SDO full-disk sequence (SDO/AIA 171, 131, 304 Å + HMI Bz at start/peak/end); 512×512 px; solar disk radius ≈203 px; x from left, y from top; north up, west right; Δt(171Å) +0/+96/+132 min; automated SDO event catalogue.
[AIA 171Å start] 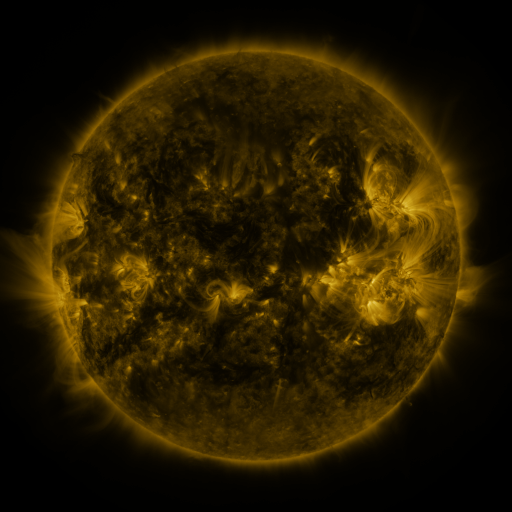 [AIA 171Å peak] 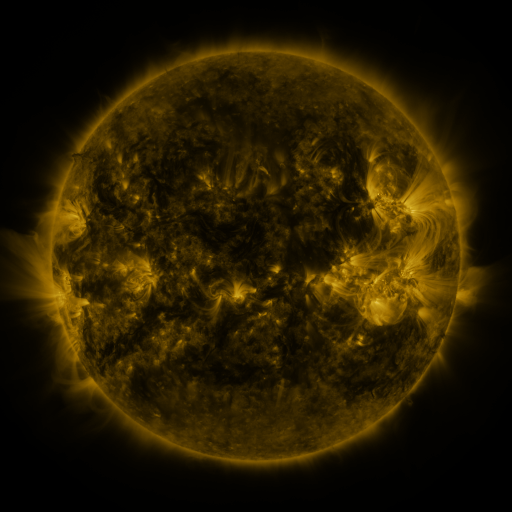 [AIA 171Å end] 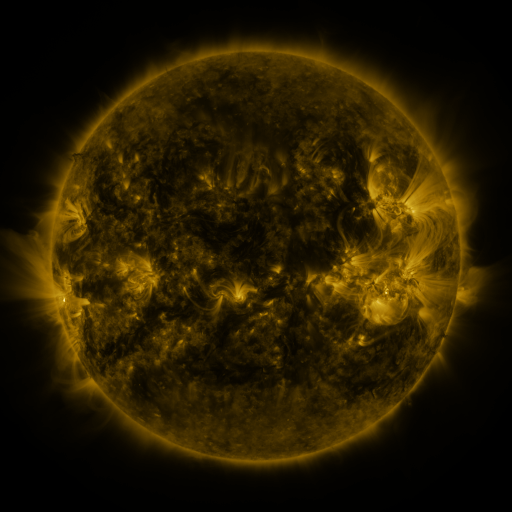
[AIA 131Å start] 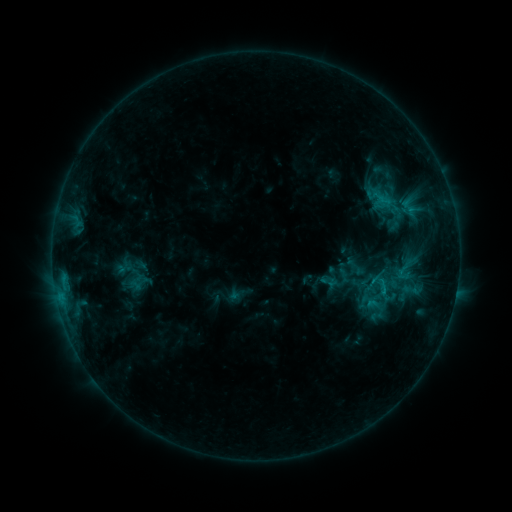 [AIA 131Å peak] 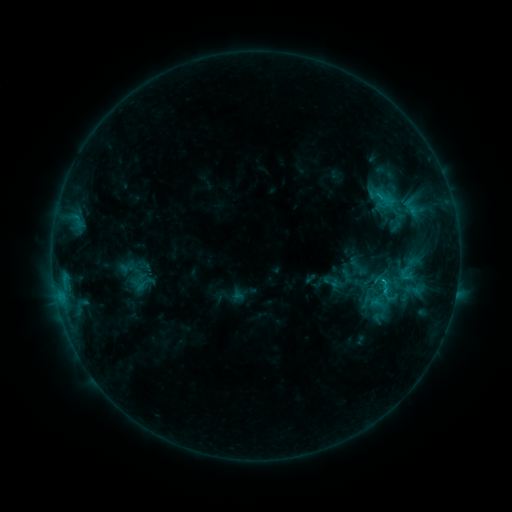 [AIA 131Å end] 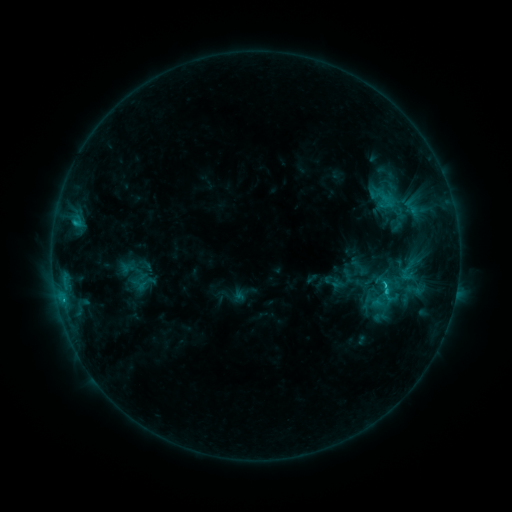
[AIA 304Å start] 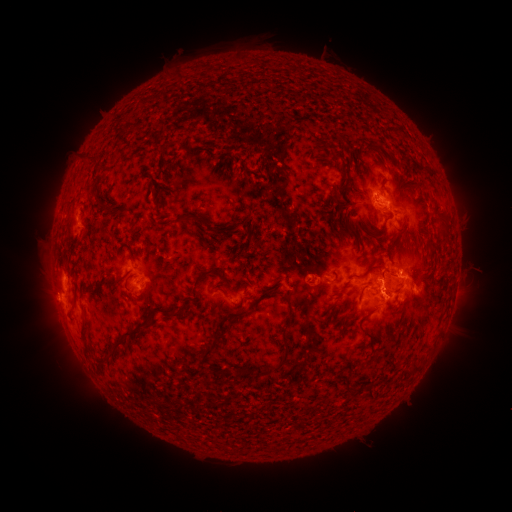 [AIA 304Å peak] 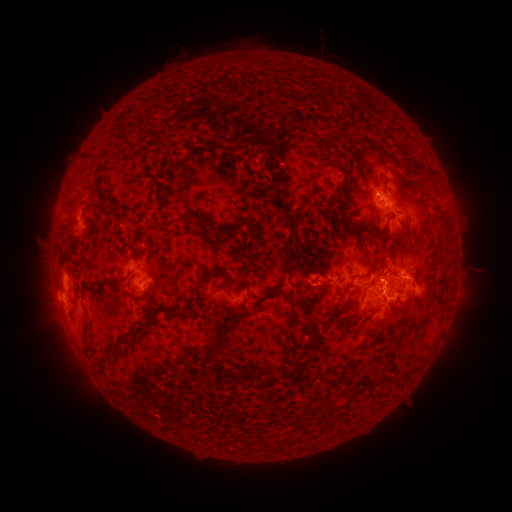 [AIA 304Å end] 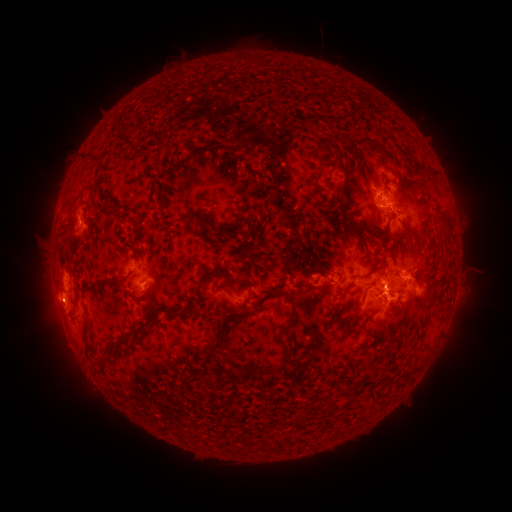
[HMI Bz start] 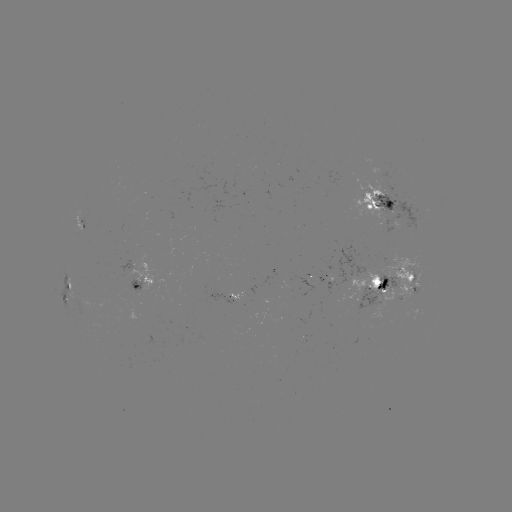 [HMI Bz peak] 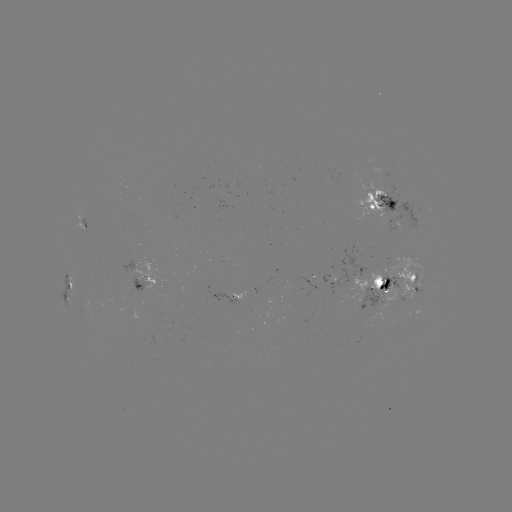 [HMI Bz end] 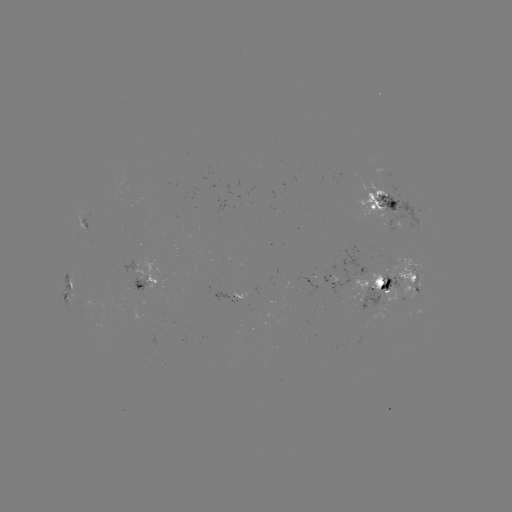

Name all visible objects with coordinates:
emerging-flux region: (398, 215)
